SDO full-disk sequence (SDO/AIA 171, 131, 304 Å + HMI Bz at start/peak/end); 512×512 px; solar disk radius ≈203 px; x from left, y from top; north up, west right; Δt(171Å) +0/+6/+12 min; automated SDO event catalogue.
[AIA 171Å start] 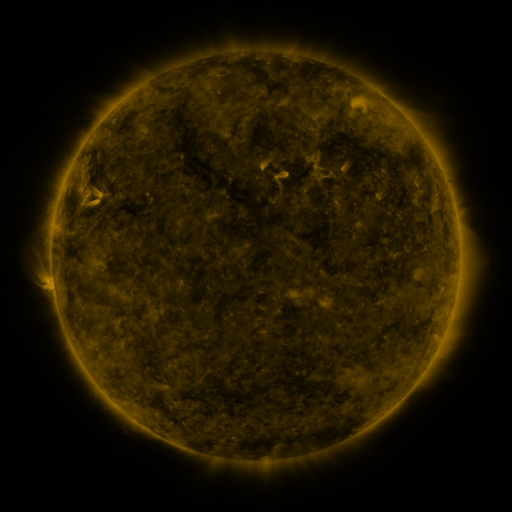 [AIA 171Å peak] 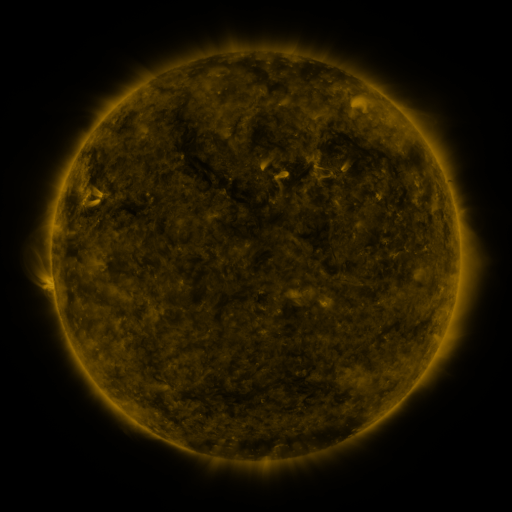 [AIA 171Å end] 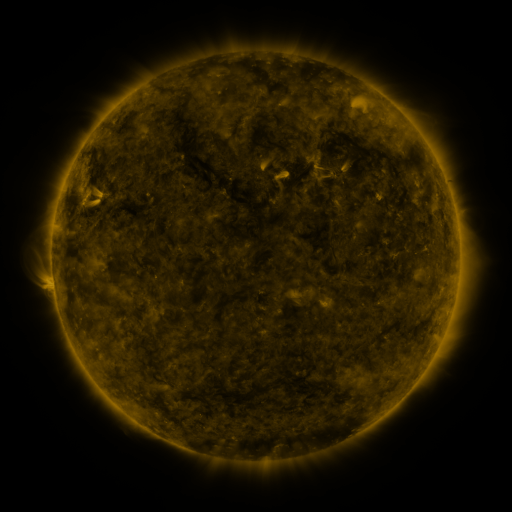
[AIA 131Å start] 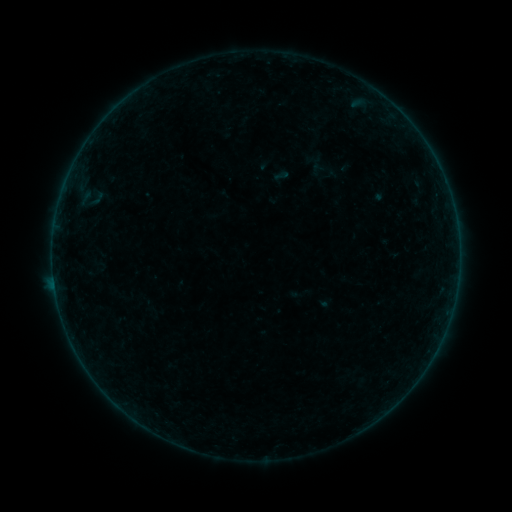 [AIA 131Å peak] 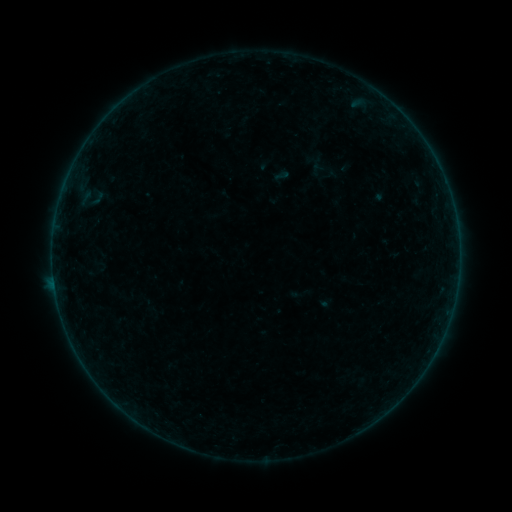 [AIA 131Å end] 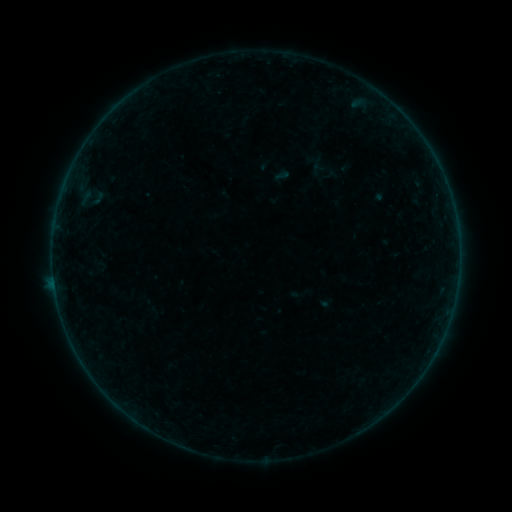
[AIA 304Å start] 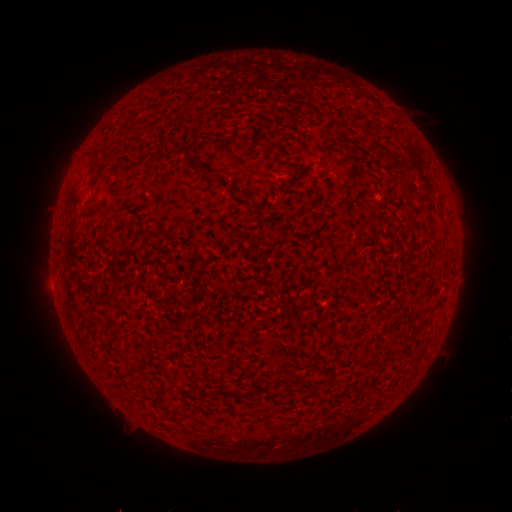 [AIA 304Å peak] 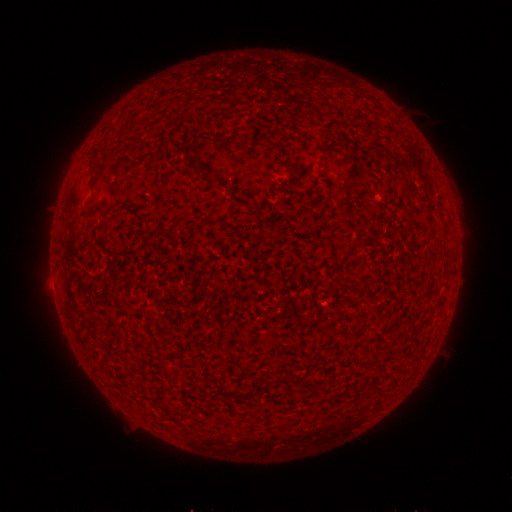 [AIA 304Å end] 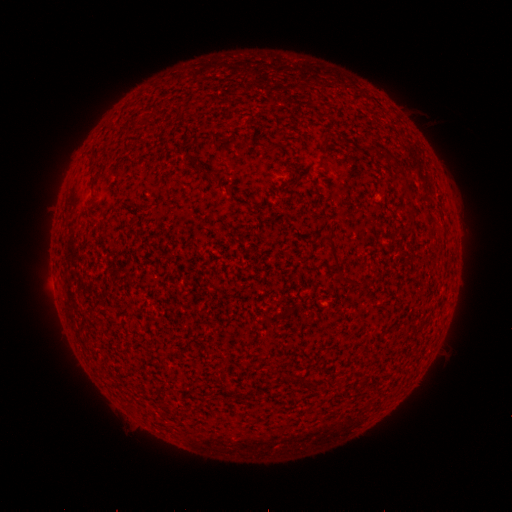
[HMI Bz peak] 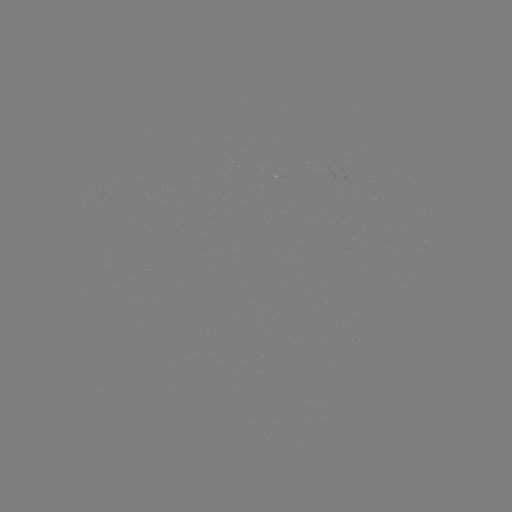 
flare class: B2.0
